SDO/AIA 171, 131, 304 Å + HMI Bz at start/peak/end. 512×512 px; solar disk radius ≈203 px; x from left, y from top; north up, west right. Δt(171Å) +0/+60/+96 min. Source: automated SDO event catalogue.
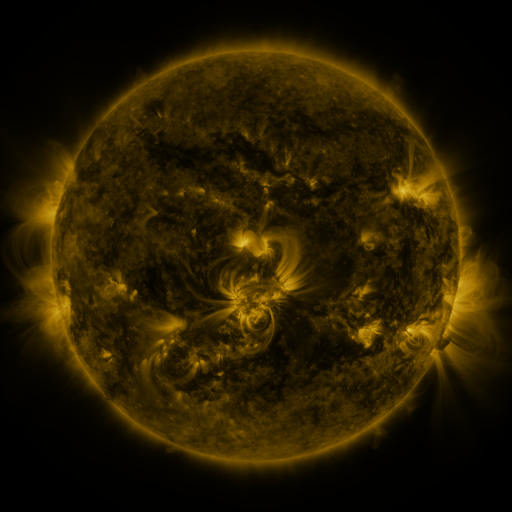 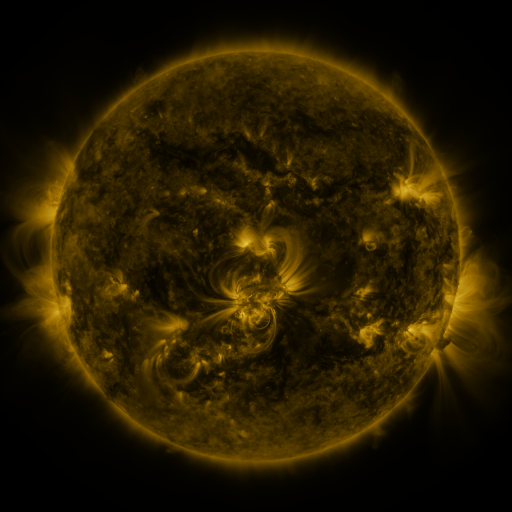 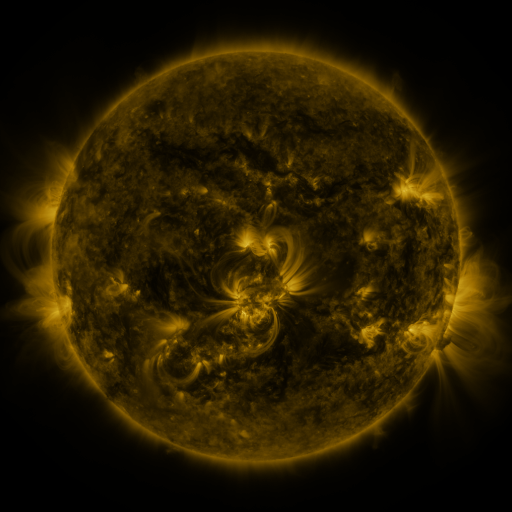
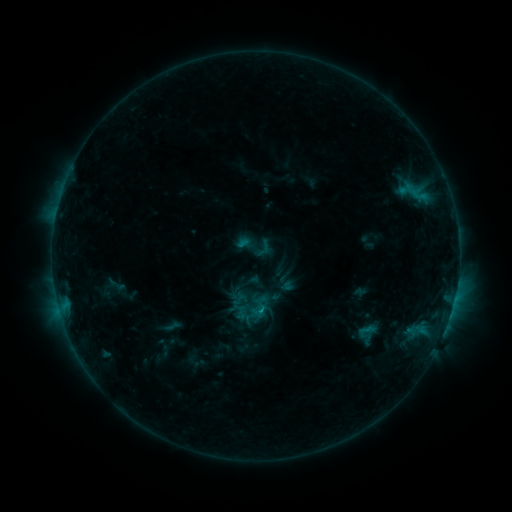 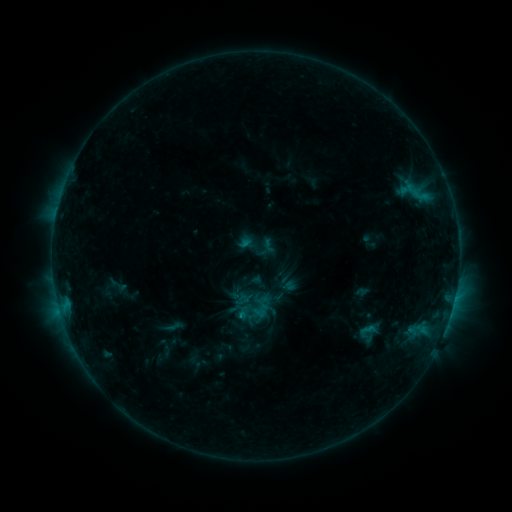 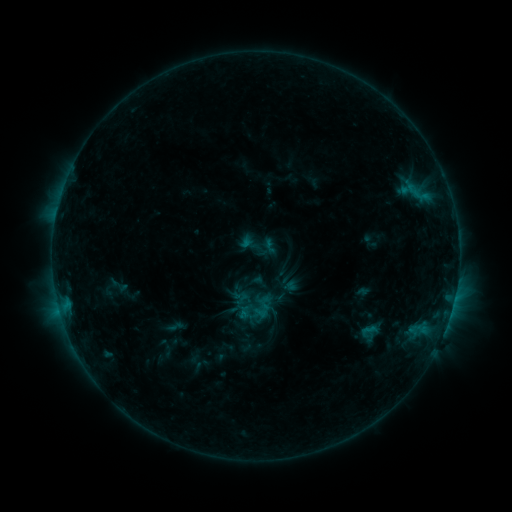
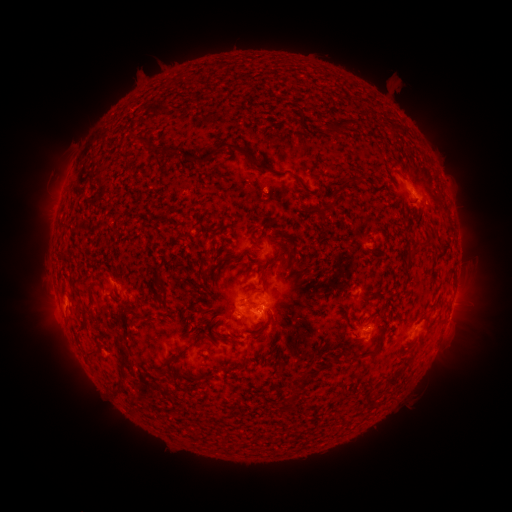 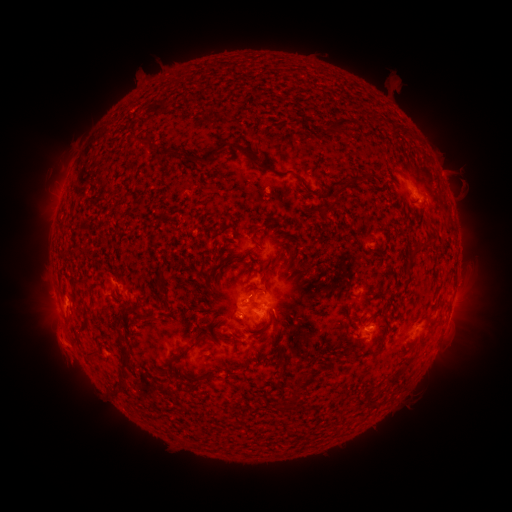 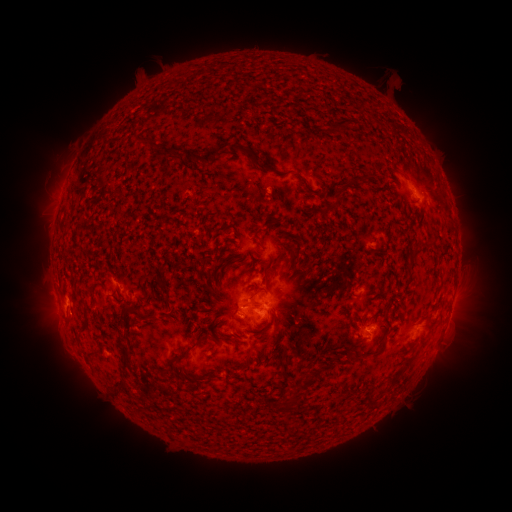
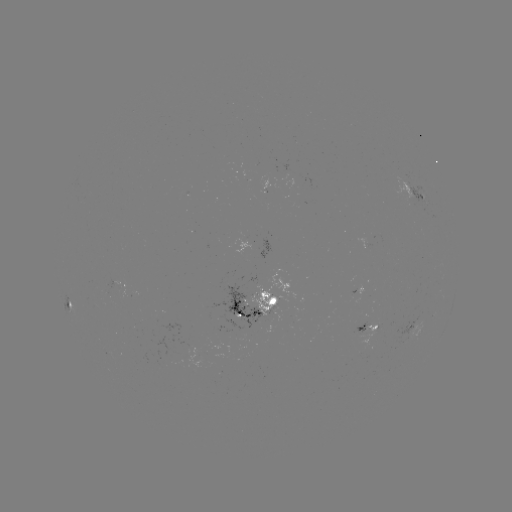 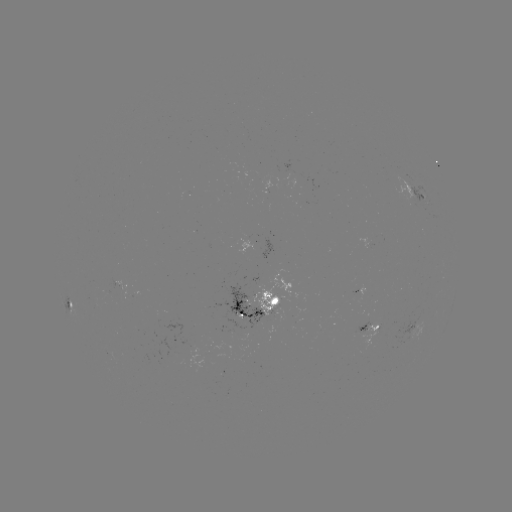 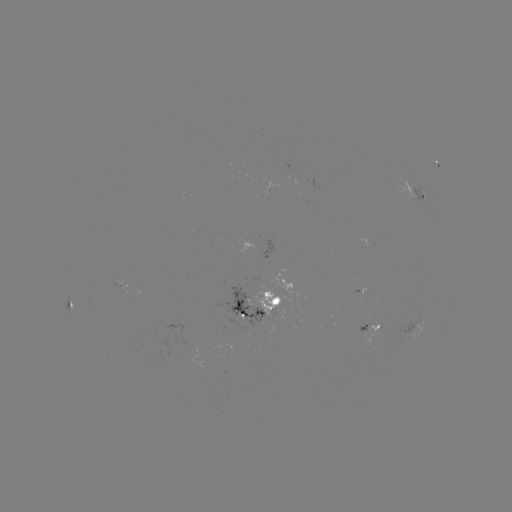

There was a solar emerging-flux region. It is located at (285, 172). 